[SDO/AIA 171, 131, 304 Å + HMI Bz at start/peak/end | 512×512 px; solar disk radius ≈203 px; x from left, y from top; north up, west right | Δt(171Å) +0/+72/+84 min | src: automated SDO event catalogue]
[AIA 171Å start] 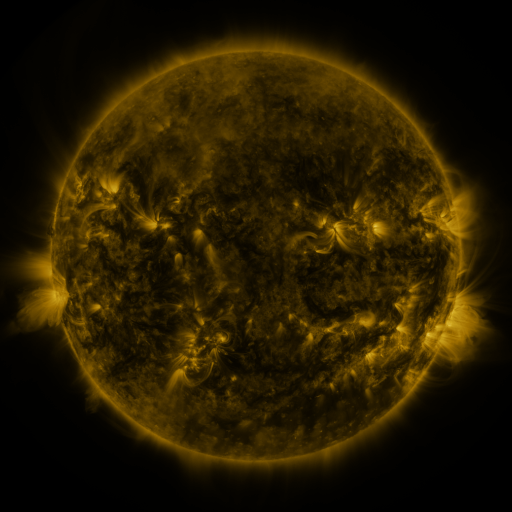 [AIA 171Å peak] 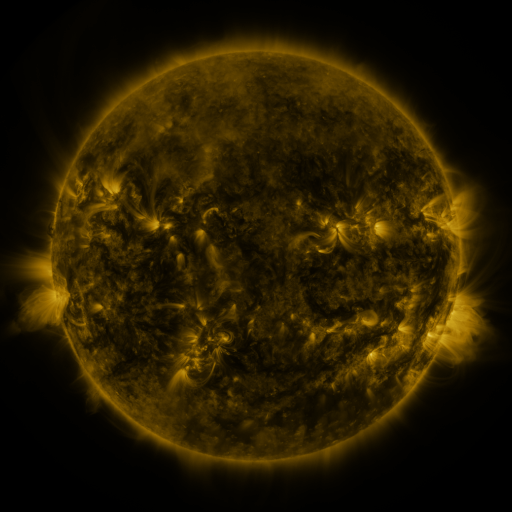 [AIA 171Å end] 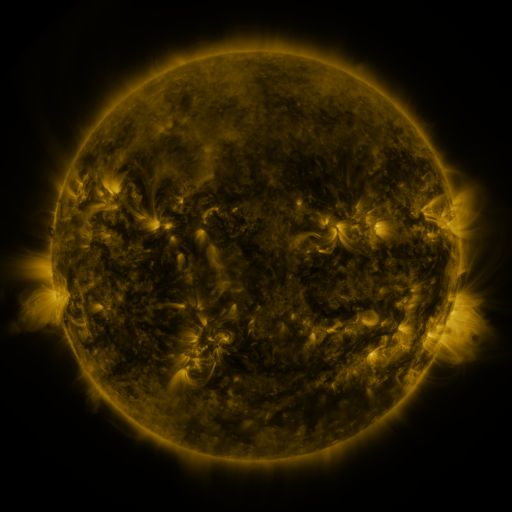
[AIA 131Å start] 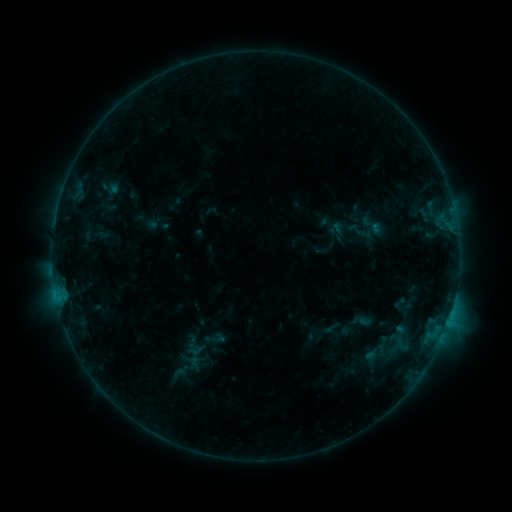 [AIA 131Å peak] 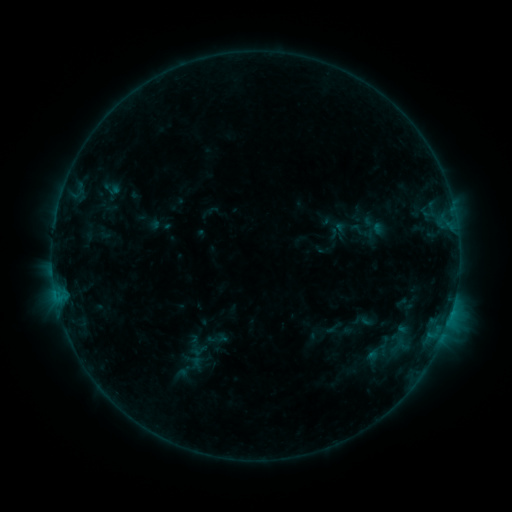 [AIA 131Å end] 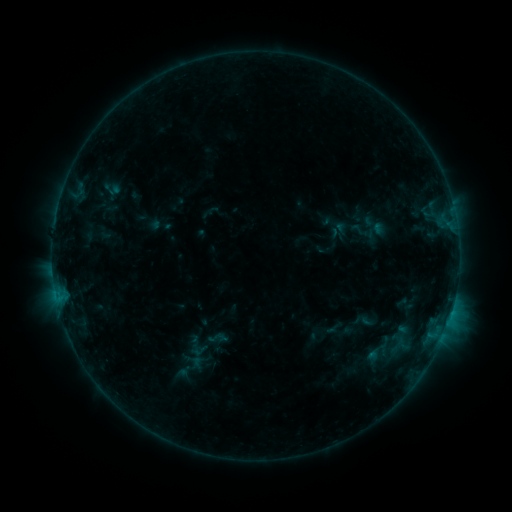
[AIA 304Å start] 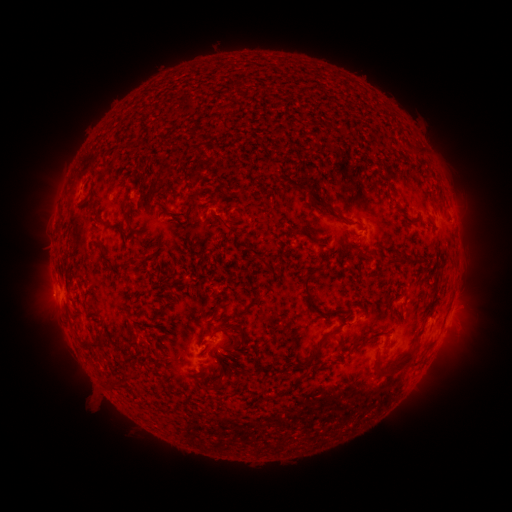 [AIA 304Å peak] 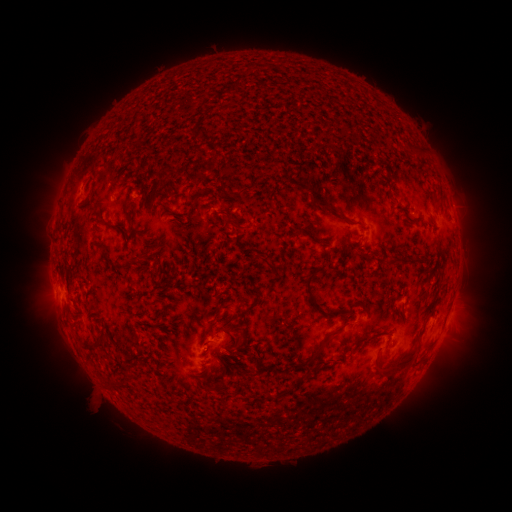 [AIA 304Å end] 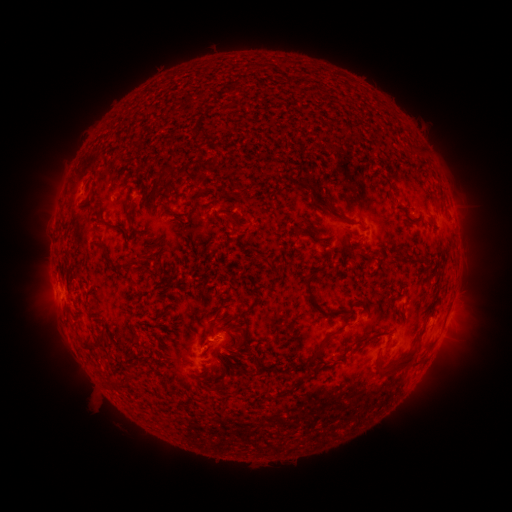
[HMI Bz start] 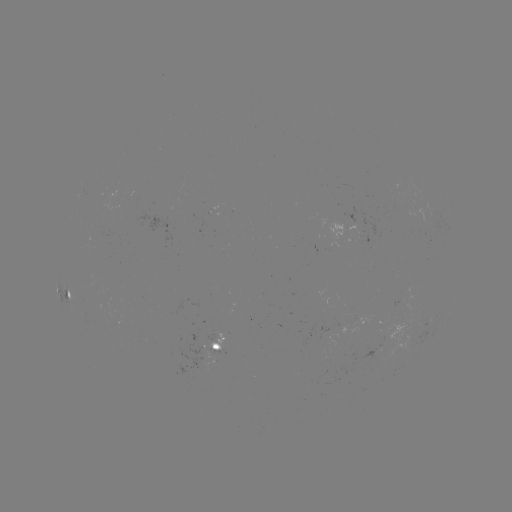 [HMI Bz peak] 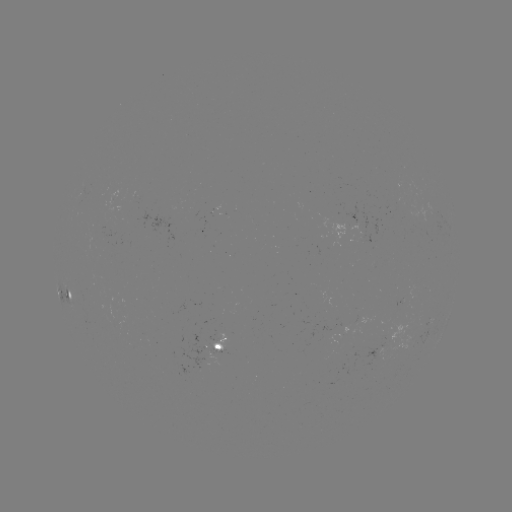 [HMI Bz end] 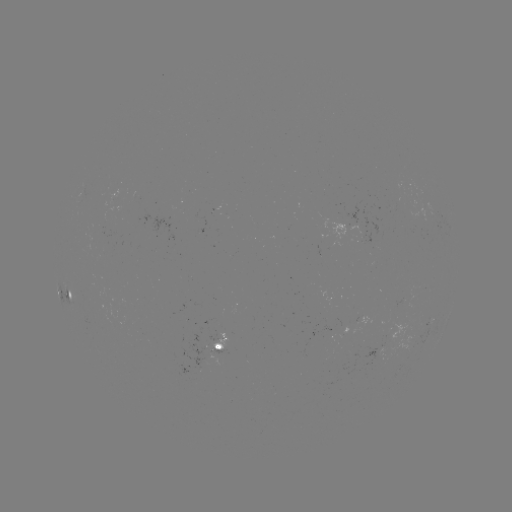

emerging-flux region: <bbox>206, 330, 218, 342</bbox>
